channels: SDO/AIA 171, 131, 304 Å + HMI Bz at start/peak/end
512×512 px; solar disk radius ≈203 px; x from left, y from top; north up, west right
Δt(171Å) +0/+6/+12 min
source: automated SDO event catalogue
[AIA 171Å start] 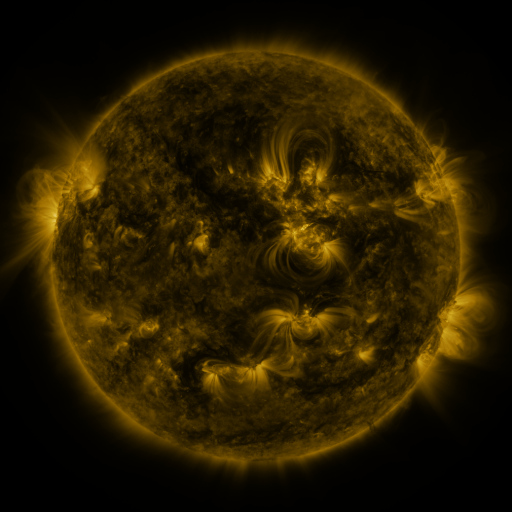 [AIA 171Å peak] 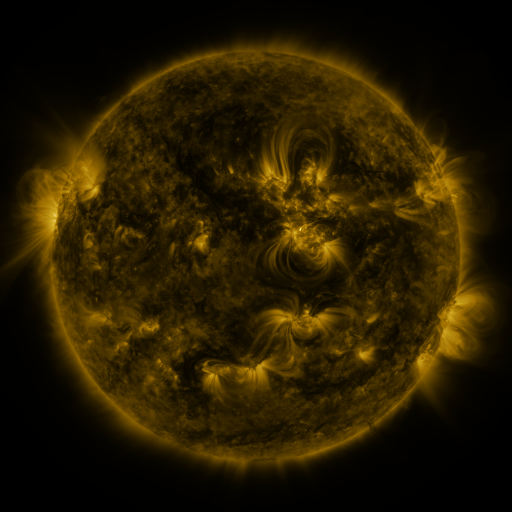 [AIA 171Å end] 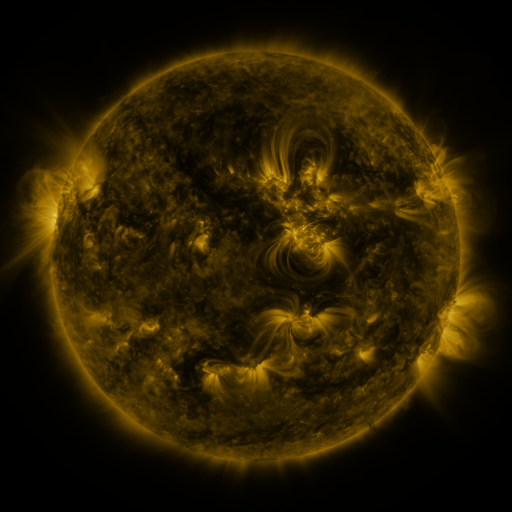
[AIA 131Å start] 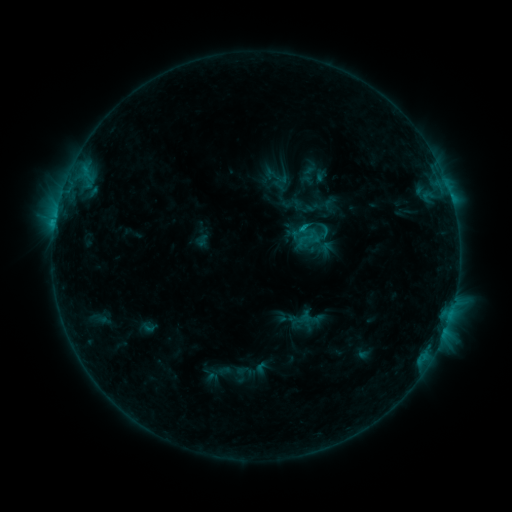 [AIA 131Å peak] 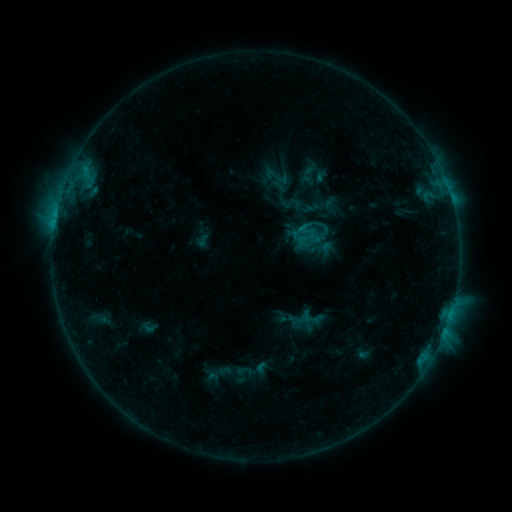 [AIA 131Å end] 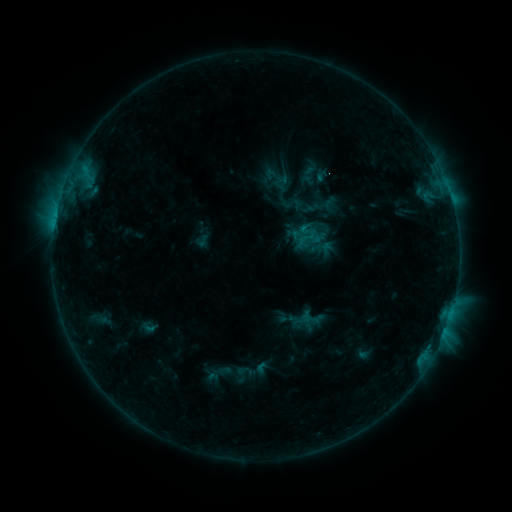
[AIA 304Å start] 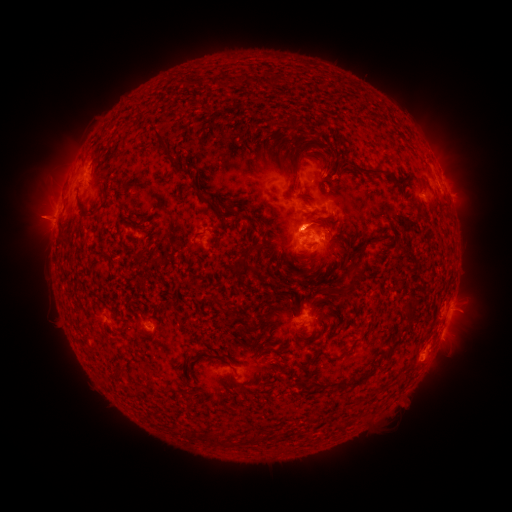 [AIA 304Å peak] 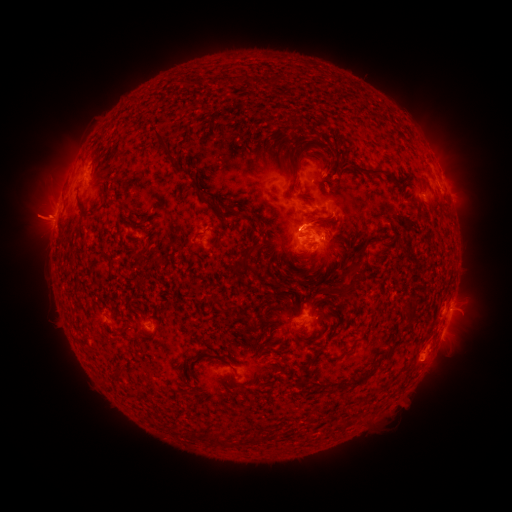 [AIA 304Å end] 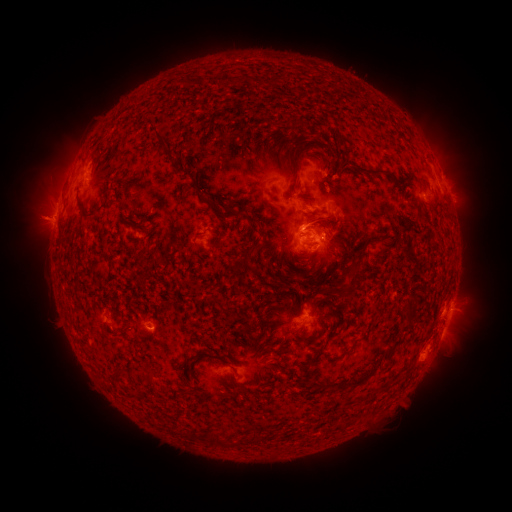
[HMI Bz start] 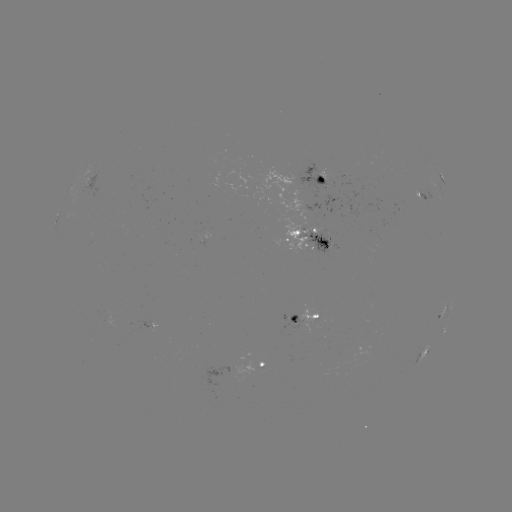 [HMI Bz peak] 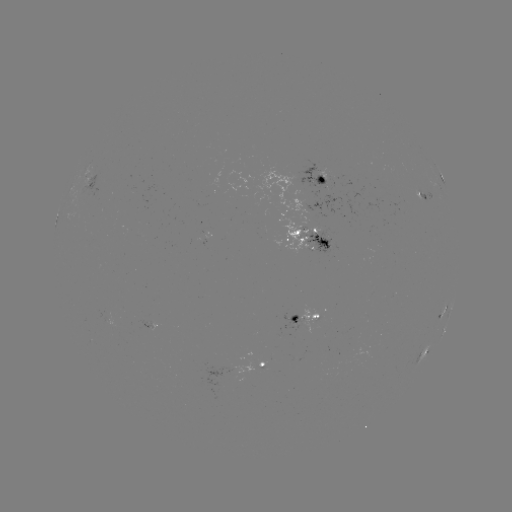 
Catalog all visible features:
eruption: (37, 215)
